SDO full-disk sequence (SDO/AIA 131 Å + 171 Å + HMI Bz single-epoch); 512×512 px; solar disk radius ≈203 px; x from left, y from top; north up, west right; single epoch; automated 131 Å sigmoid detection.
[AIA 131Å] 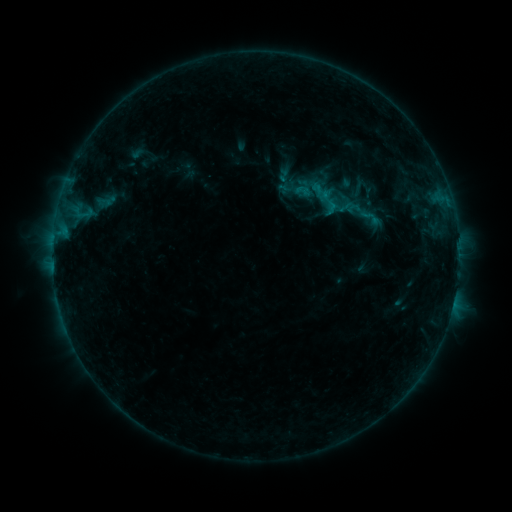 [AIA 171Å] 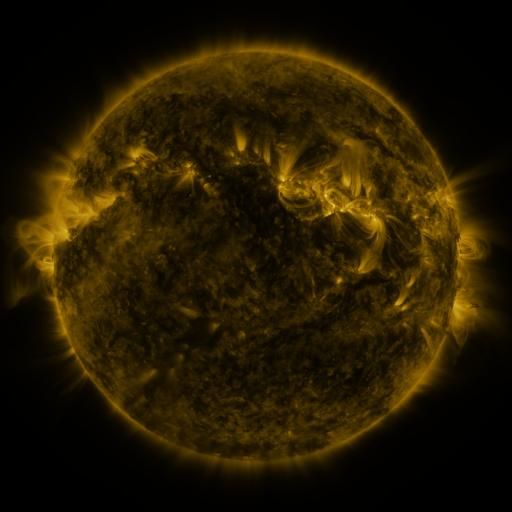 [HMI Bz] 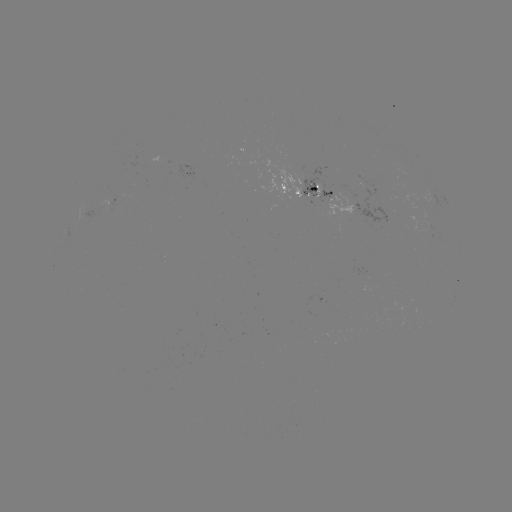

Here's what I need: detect sigmoid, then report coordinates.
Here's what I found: sigmoid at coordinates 303,191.